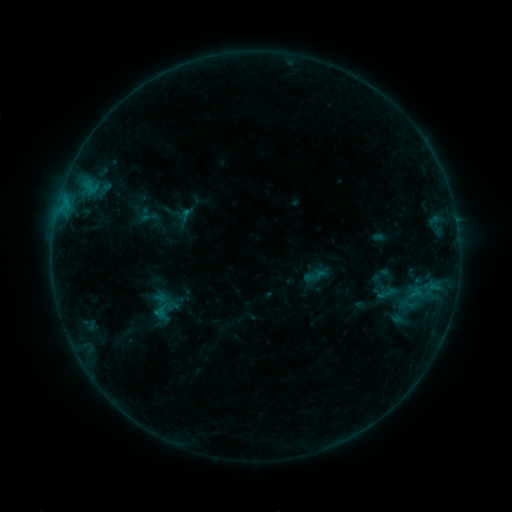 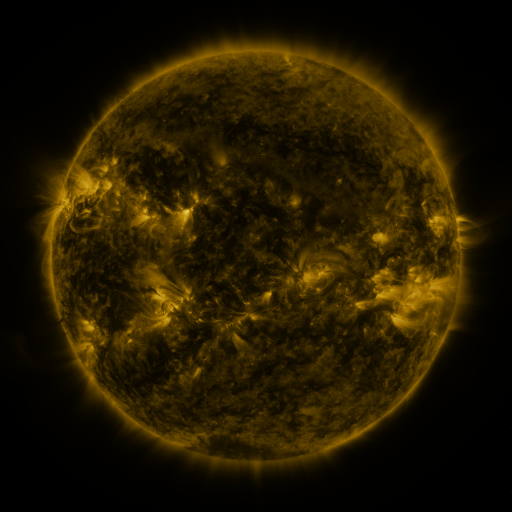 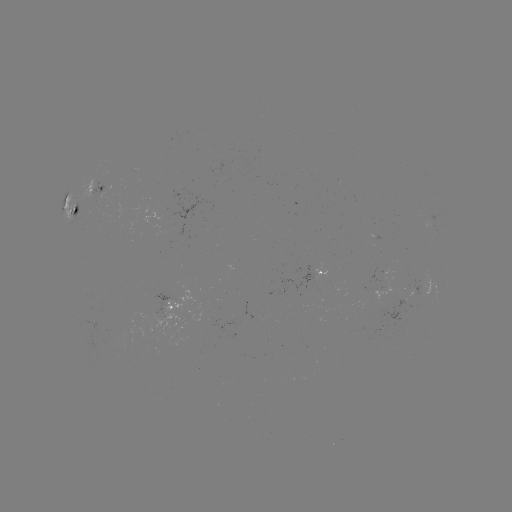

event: sigmoid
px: (146, 214)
